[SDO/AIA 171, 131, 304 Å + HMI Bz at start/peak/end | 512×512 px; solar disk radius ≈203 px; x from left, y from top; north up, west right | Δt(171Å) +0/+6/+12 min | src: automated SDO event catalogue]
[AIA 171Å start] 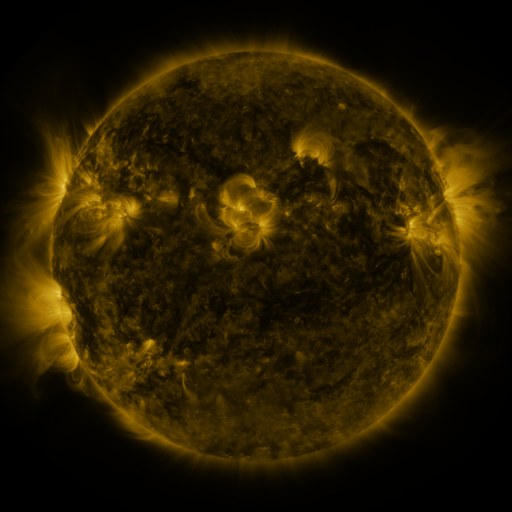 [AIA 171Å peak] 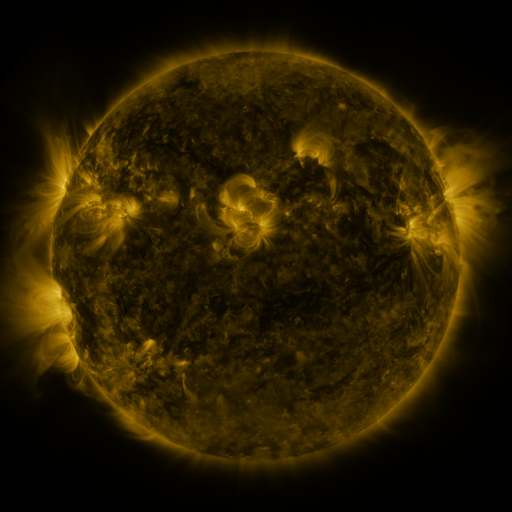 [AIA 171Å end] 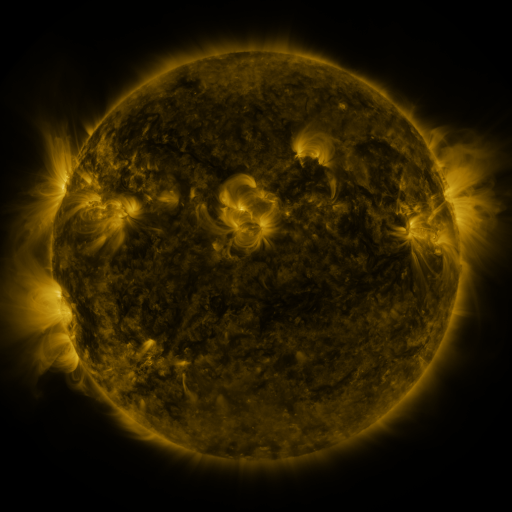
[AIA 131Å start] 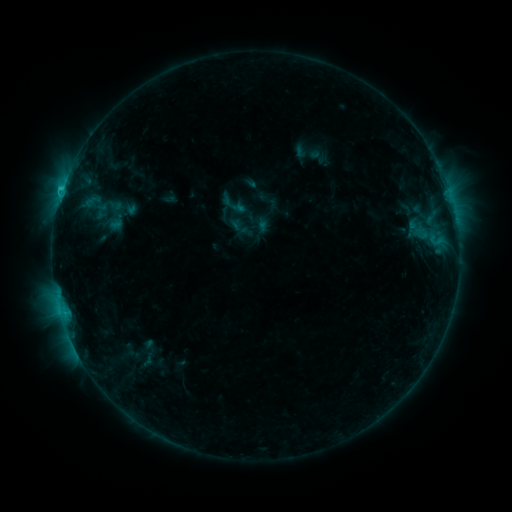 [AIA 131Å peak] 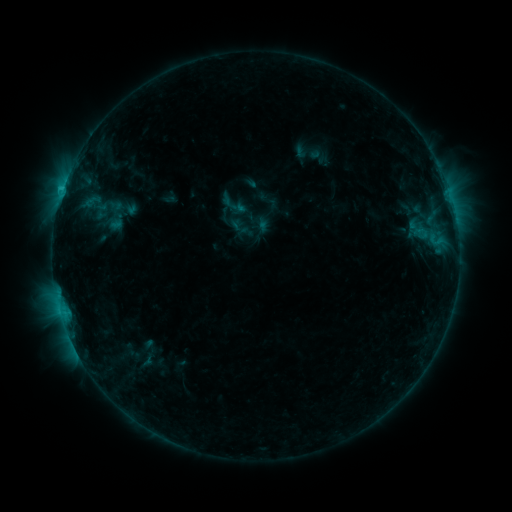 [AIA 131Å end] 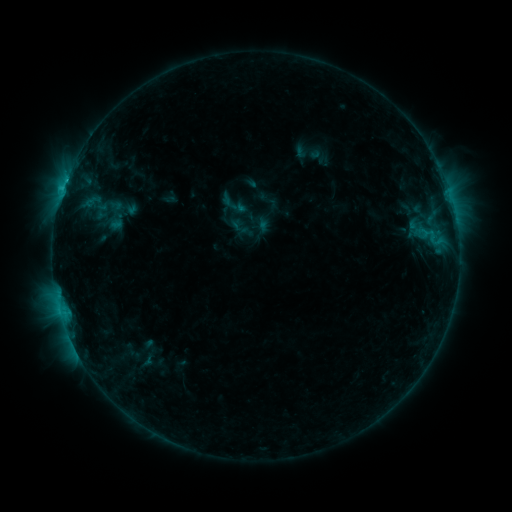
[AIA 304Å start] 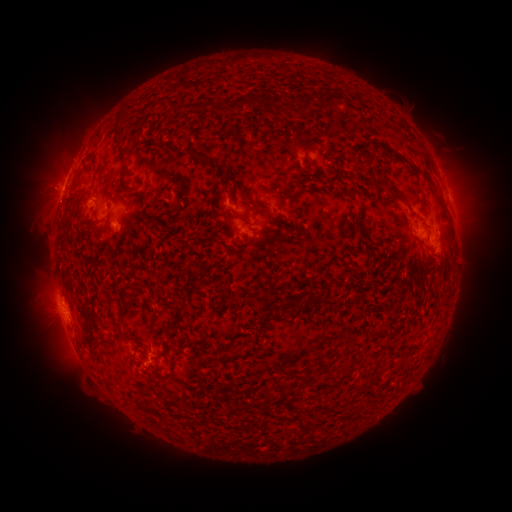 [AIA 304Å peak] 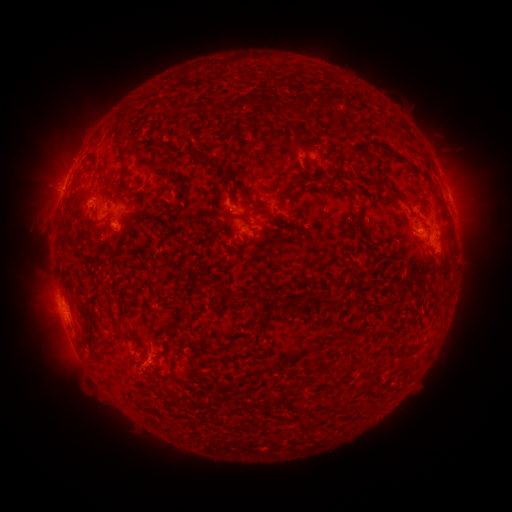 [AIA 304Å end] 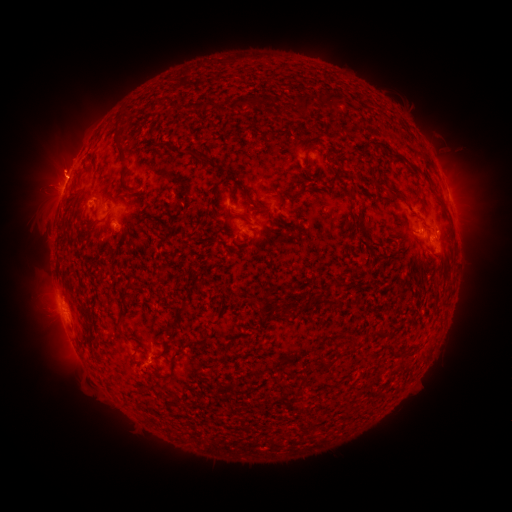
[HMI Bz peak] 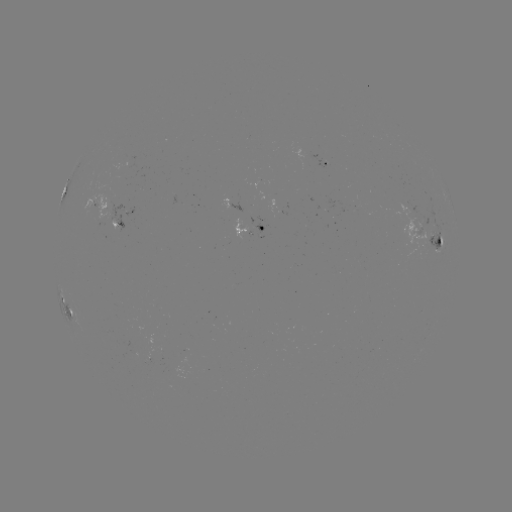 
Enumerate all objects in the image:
eruption: (57, 167)
